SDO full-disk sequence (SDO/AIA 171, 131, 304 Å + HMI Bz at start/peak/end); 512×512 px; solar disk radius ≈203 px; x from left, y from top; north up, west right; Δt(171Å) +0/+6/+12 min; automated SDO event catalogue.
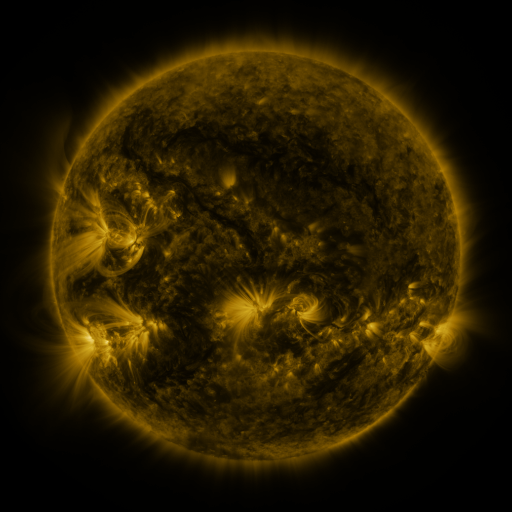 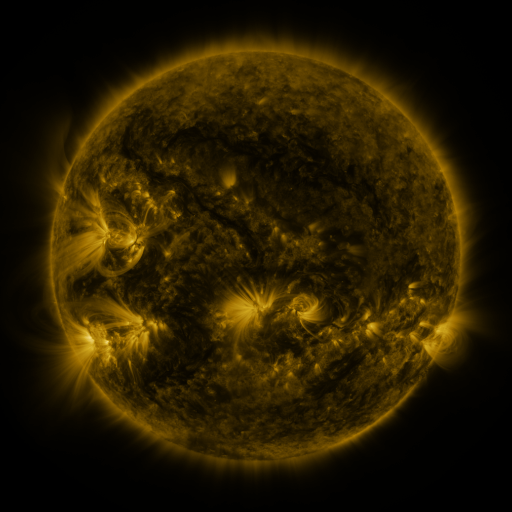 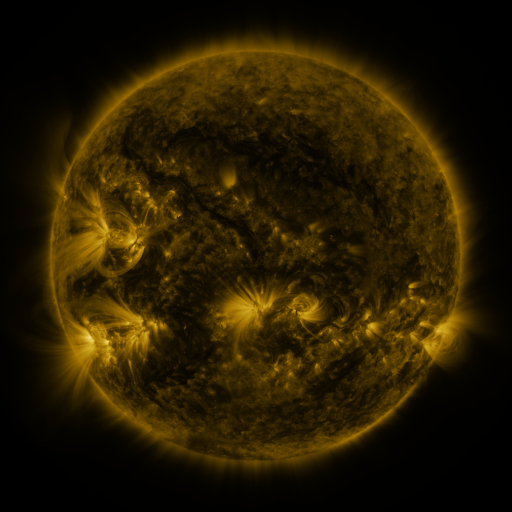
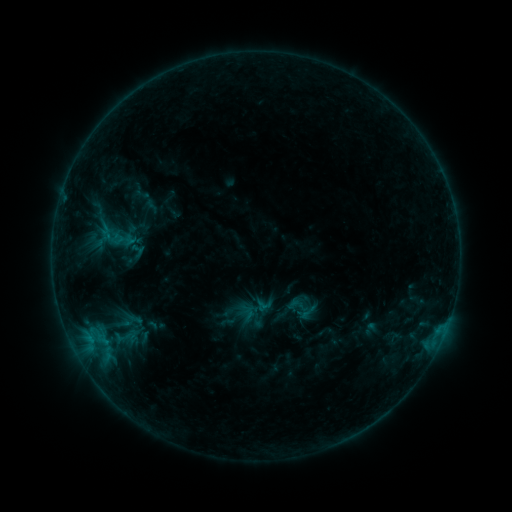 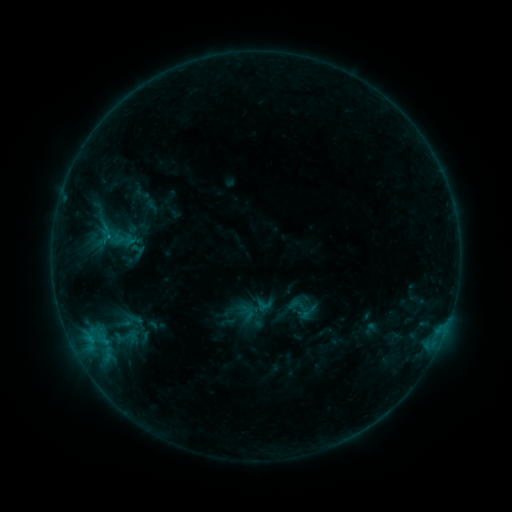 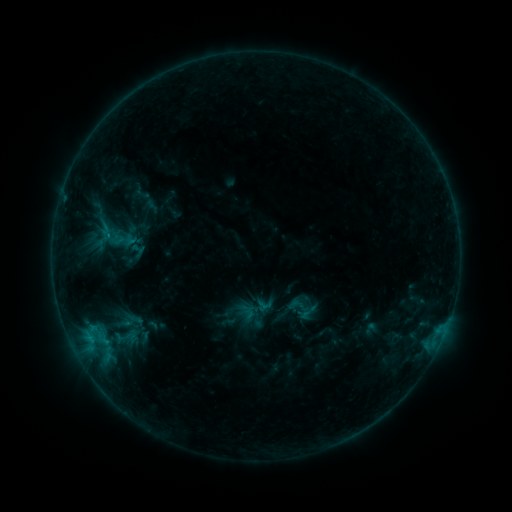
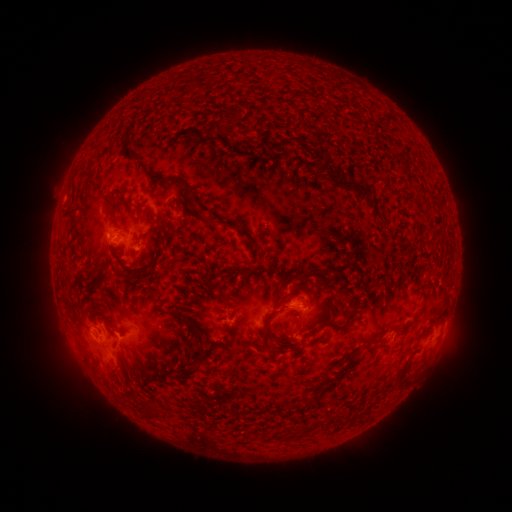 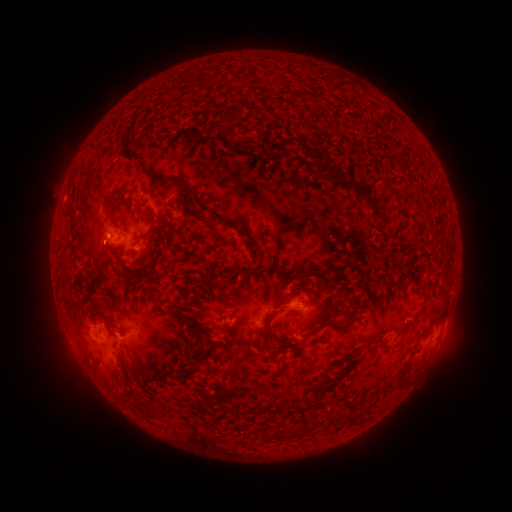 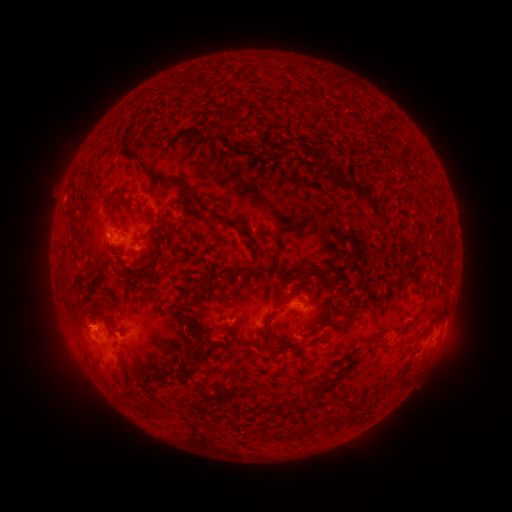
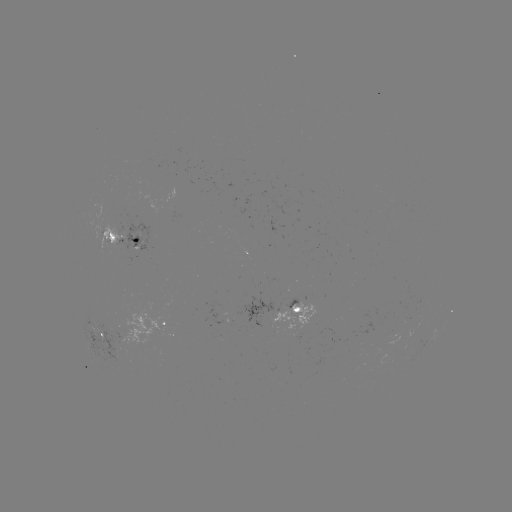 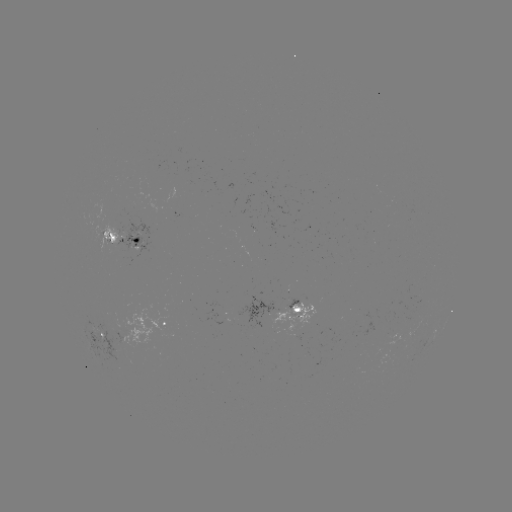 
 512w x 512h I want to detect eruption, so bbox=[75, 224, 124, 275].